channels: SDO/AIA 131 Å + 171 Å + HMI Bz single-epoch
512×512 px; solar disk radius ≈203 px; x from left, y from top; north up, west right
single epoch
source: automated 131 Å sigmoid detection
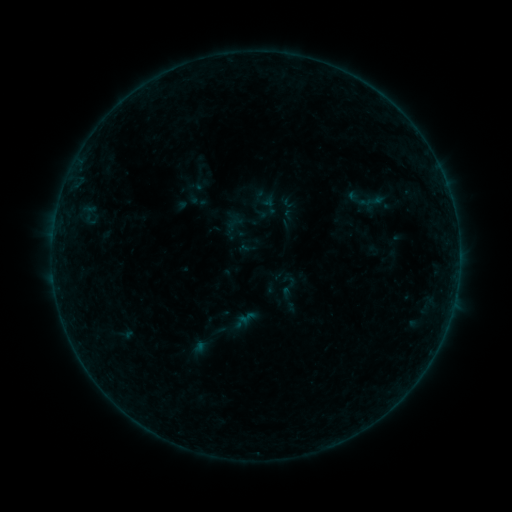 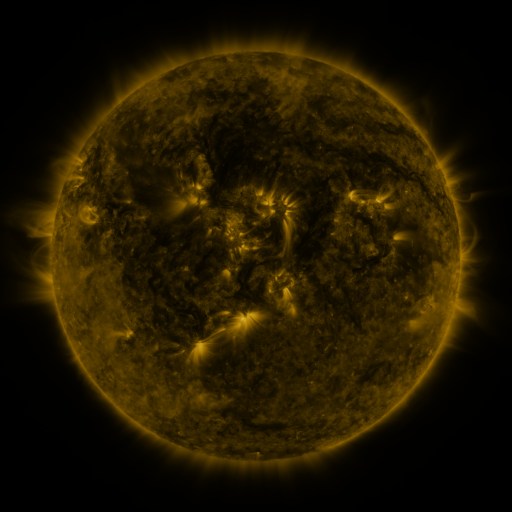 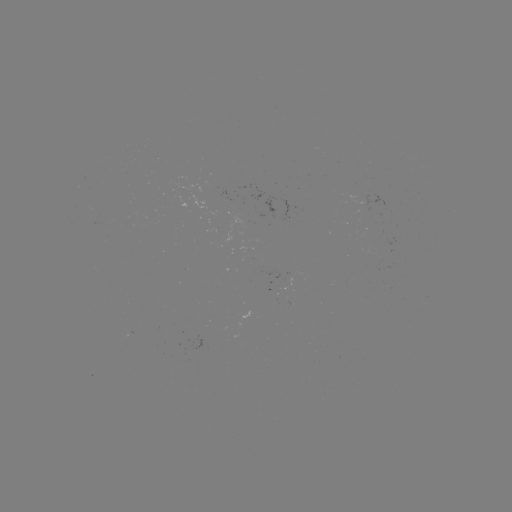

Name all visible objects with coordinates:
sigmoid: [275, 273, 301, 299]
sigmoid: [238, 309, 256, 326]
